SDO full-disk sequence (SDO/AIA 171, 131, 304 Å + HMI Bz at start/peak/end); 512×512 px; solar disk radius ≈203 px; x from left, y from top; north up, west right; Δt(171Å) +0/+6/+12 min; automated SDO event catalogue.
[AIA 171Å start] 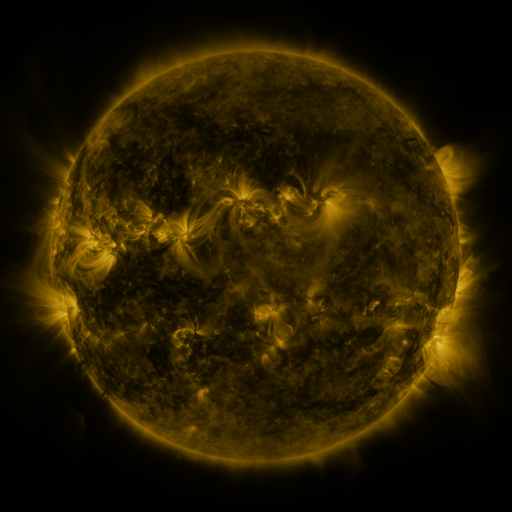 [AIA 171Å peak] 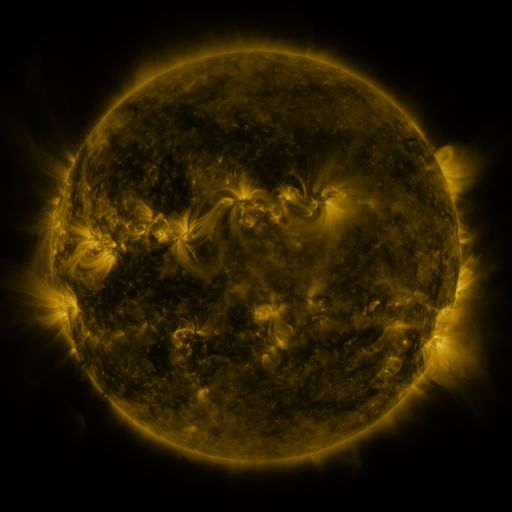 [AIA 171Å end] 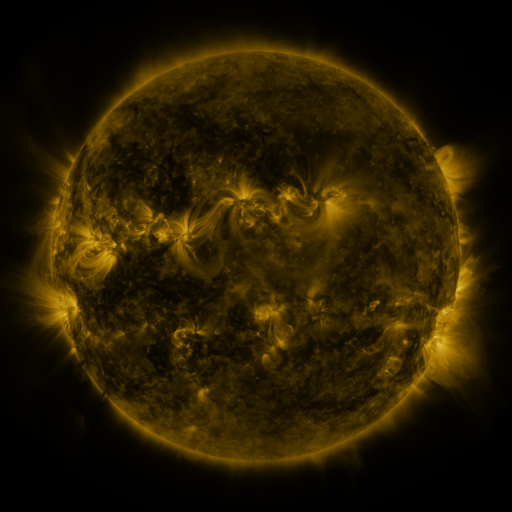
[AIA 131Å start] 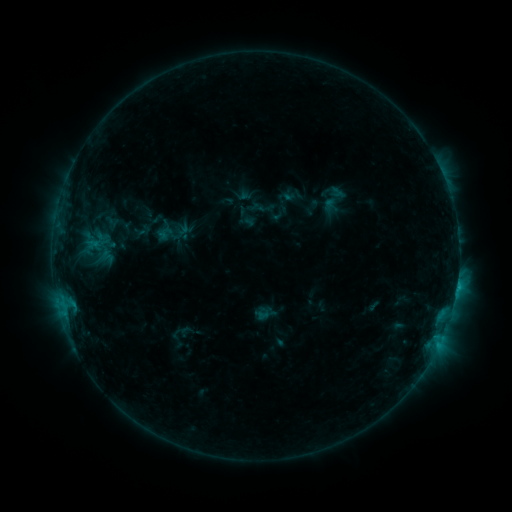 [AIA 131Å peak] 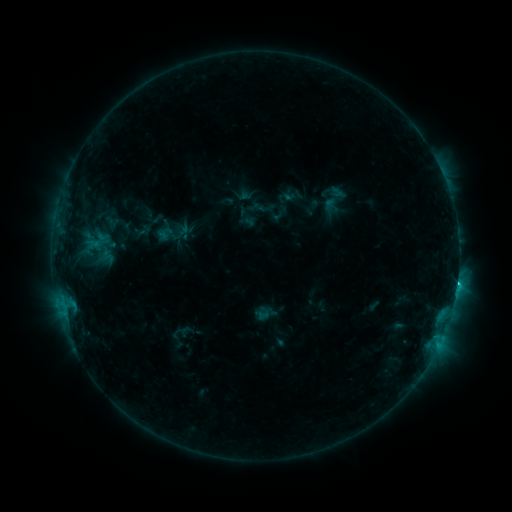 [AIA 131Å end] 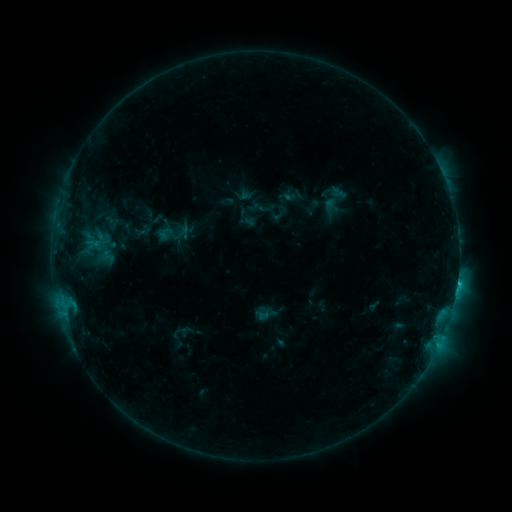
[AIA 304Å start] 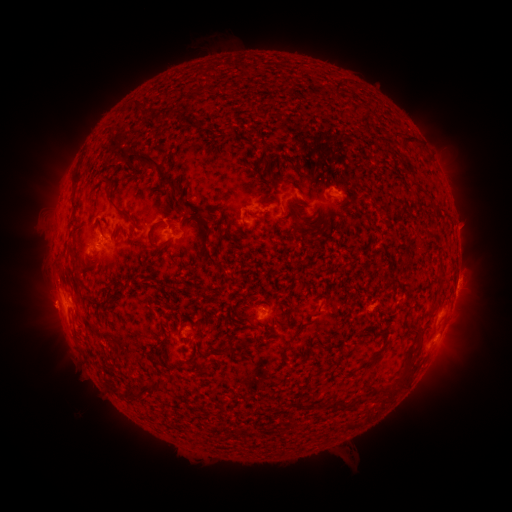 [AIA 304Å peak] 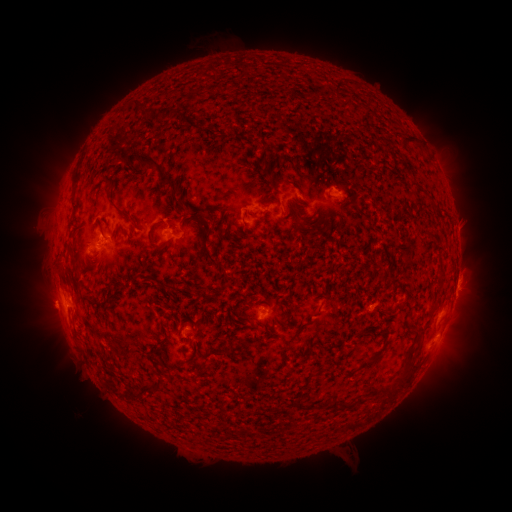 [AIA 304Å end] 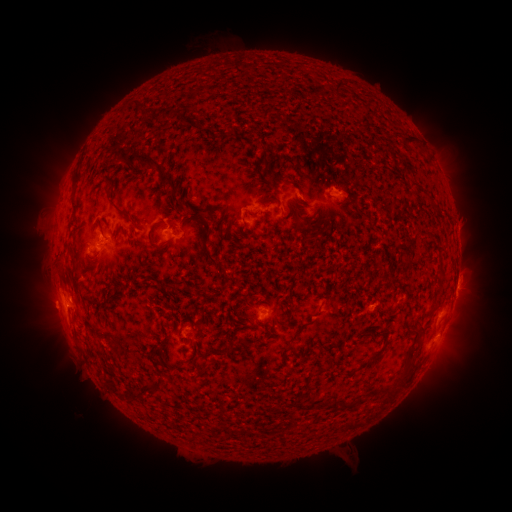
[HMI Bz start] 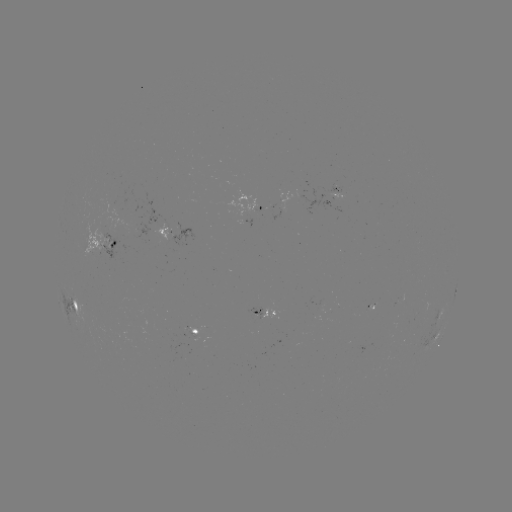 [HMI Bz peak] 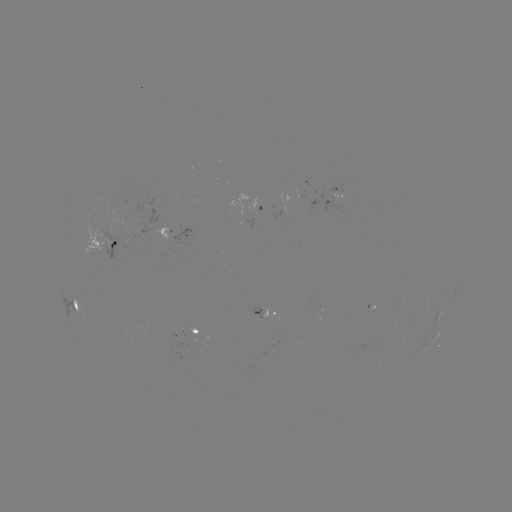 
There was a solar flare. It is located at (457, 284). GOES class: C1.7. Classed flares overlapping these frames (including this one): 1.